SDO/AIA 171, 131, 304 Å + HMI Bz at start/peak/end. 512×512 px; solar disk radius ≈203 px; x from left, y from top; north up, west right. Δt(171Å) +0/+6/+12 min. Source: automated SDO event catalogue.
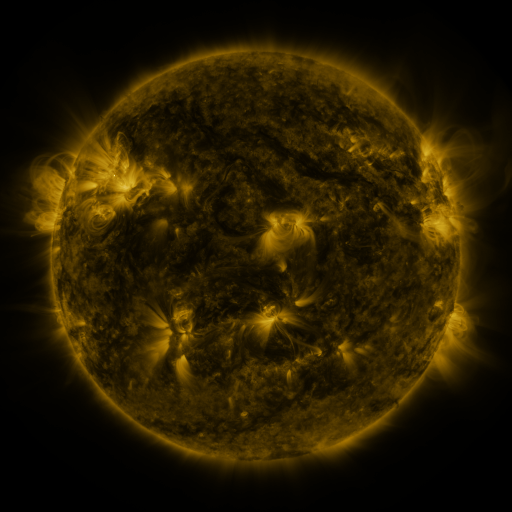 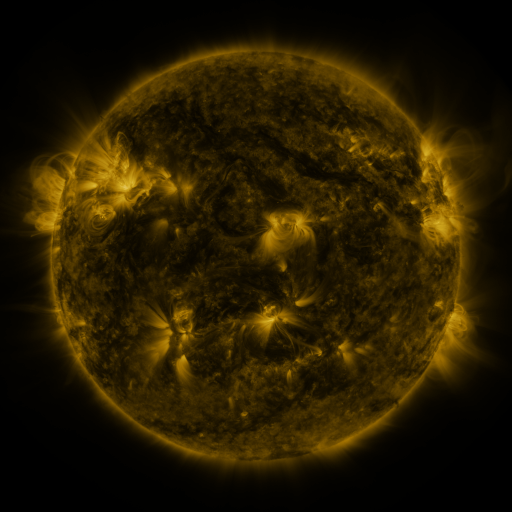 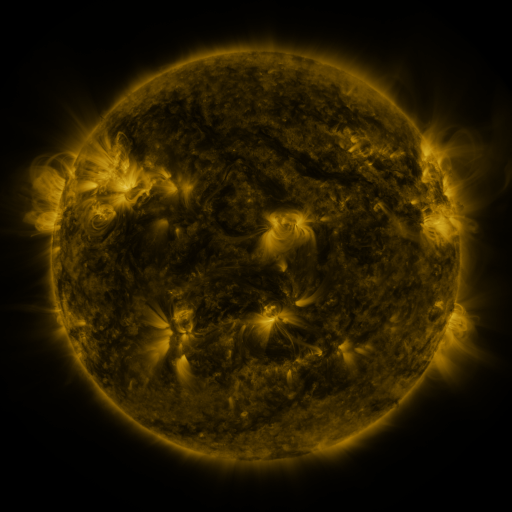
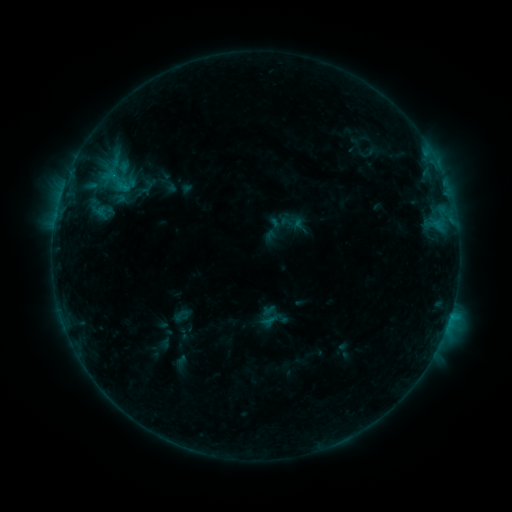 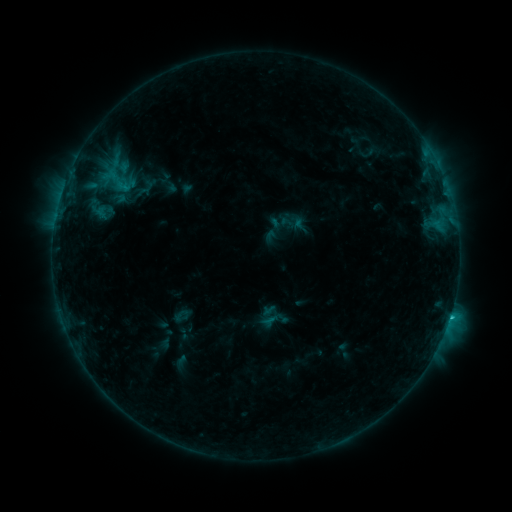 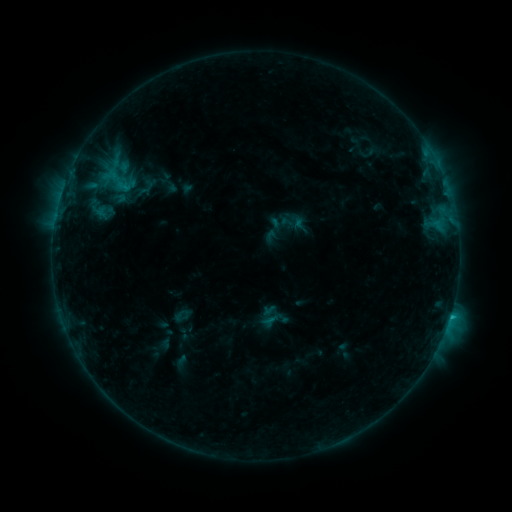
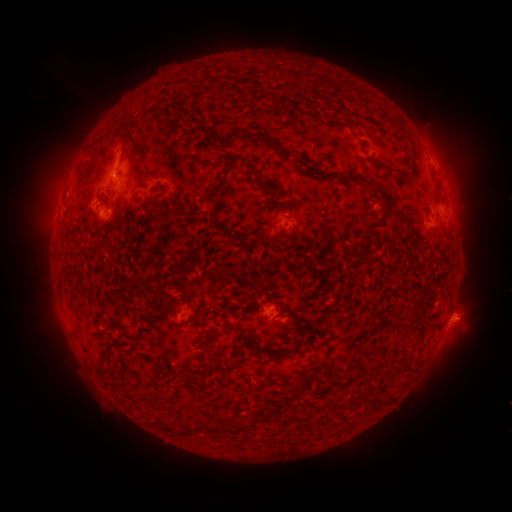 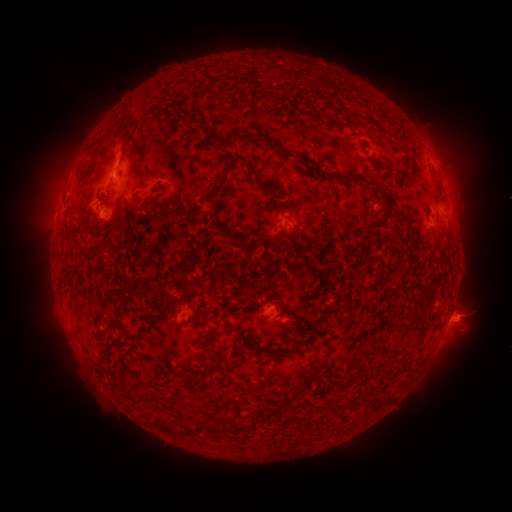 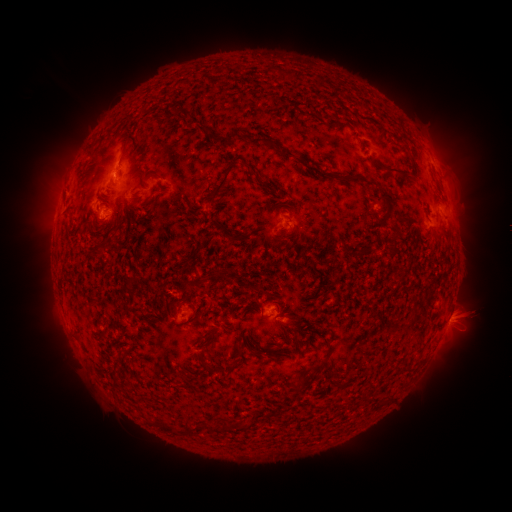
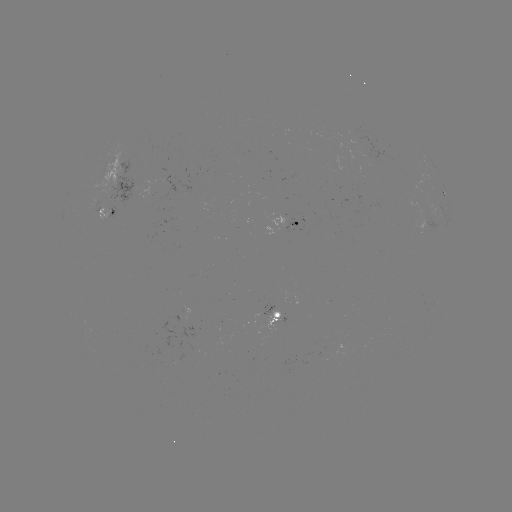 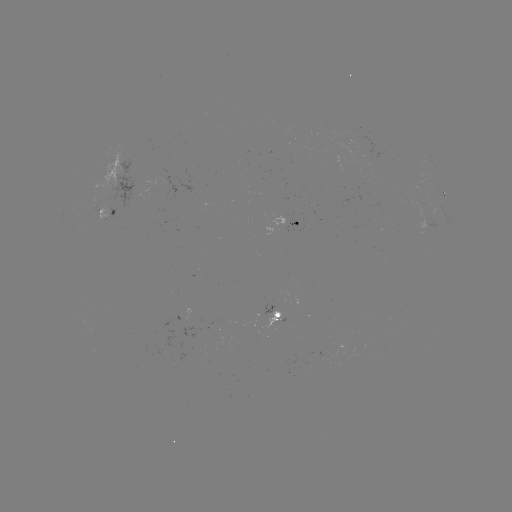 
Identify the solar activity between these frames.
C1.5 flare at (450, 315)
